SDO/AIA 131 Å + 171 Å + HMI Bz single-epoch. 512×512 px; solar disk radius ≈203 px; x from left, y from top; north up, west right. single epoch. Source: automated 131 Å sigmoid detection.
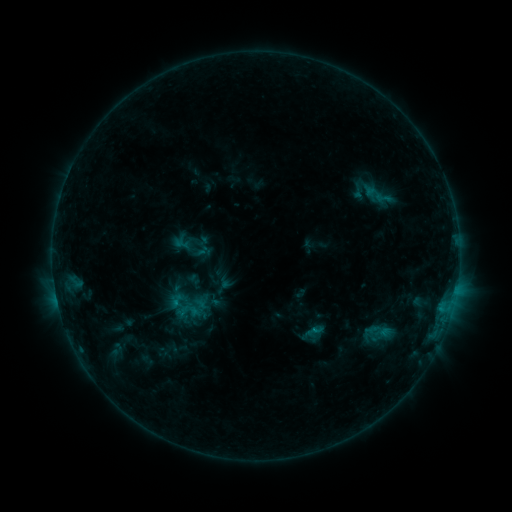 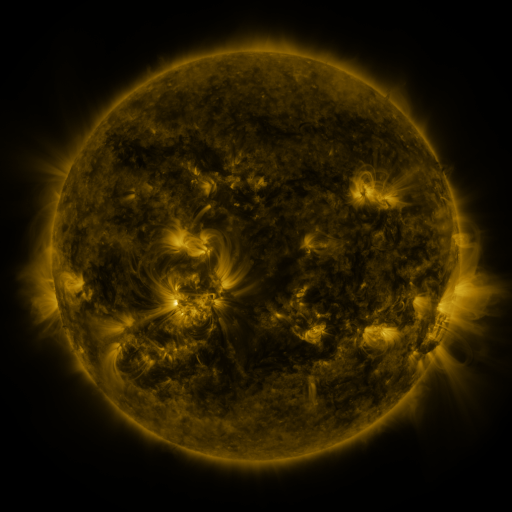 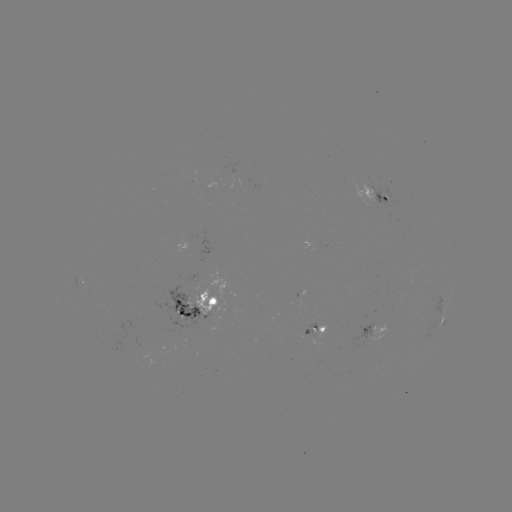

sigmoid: [371, 190, 395, 206]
